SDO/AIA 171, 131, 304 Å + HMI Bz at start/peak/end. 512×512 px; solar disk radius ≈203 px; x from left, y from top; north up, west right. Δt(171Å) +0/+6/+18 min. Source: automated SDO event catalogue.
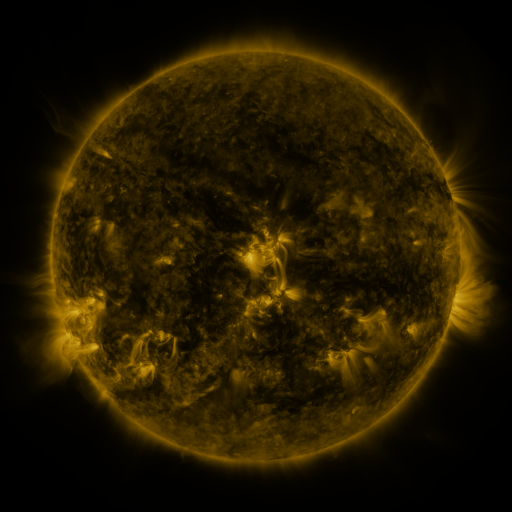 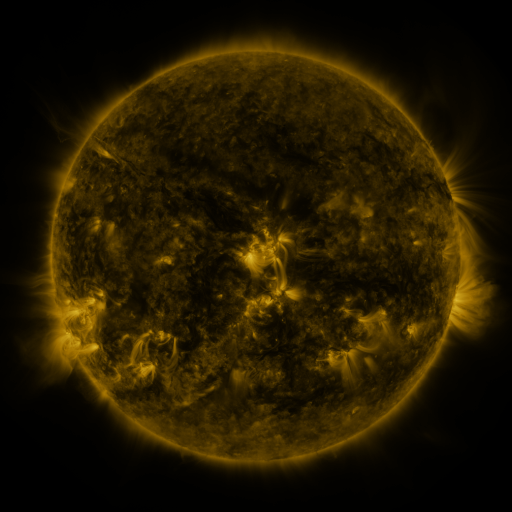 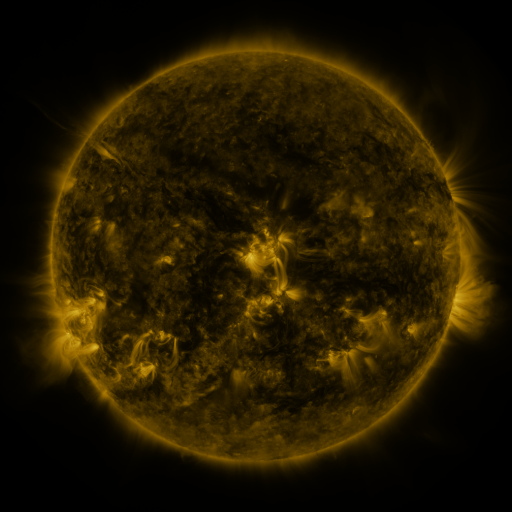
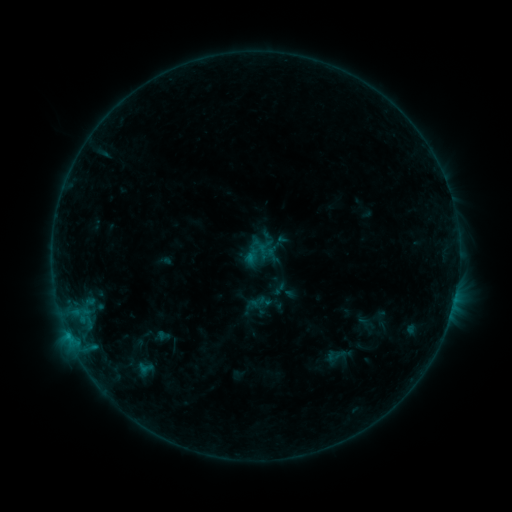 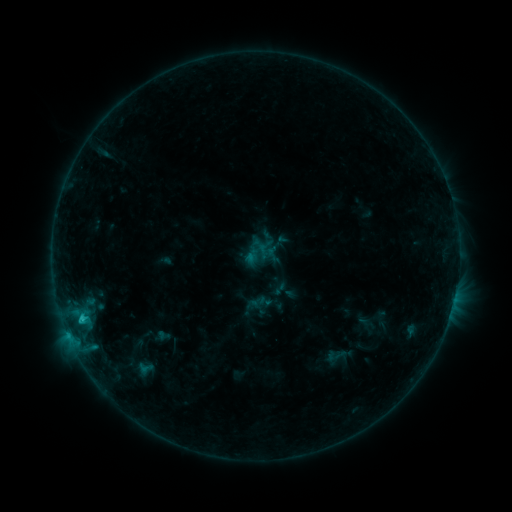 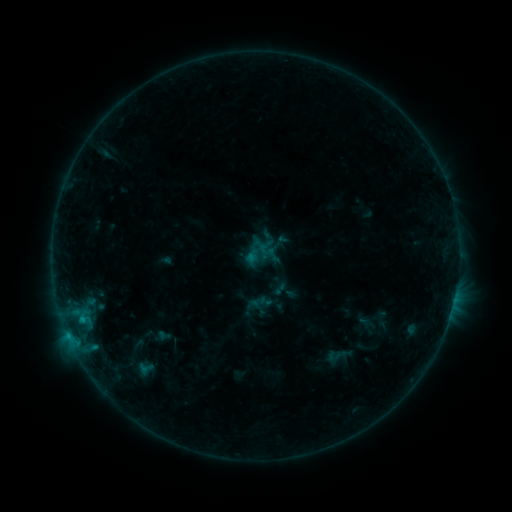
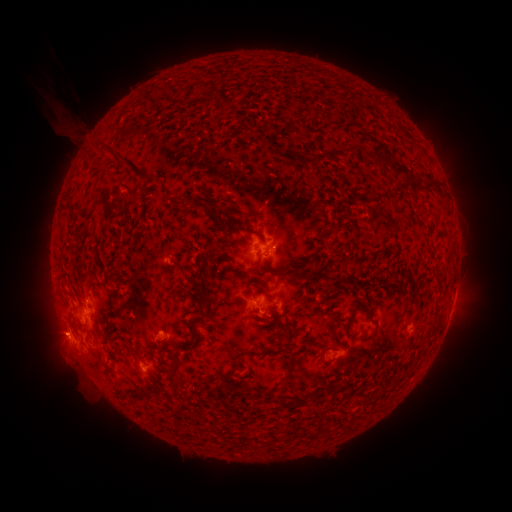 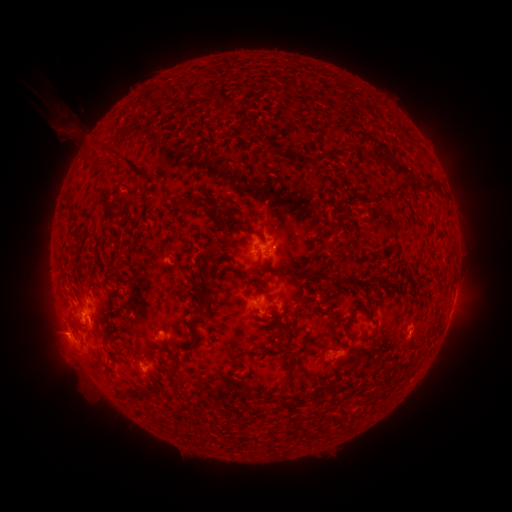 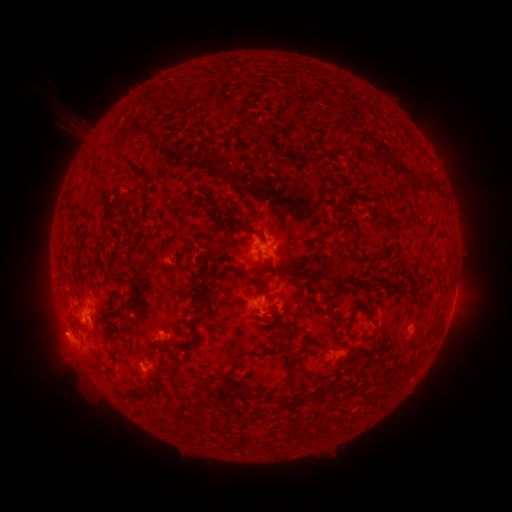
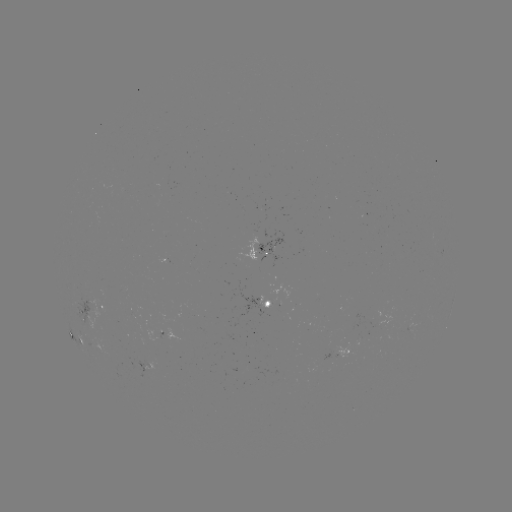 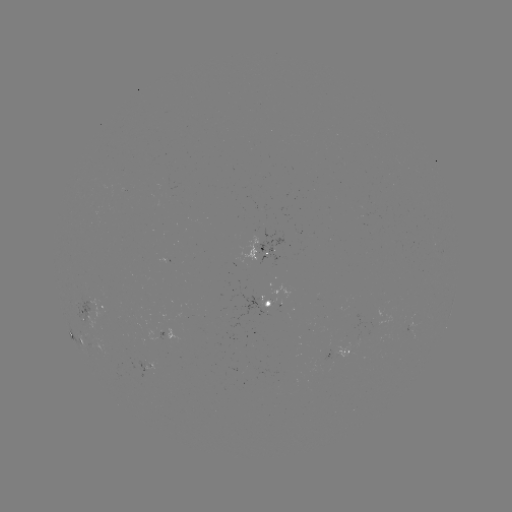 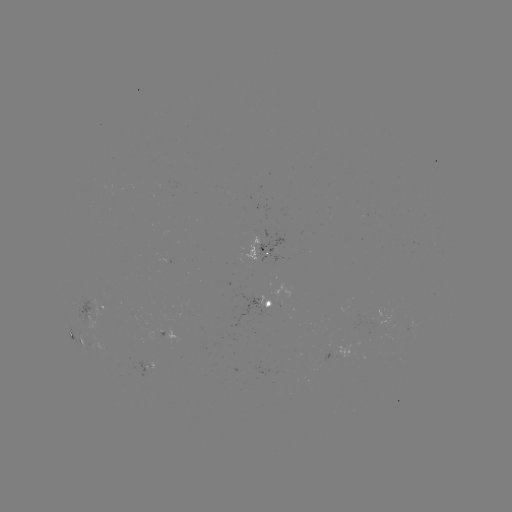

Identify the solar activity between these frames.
B9.3 flare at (81, 315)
